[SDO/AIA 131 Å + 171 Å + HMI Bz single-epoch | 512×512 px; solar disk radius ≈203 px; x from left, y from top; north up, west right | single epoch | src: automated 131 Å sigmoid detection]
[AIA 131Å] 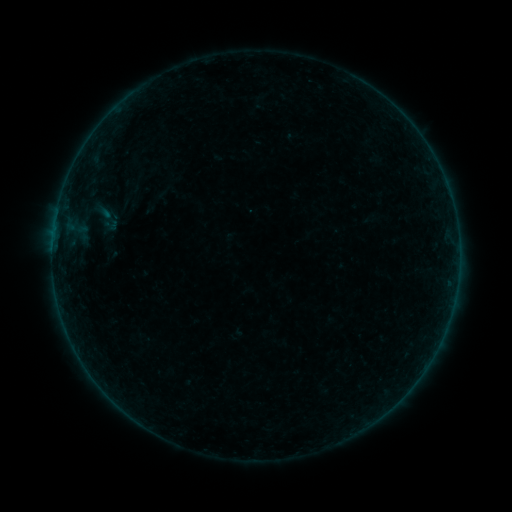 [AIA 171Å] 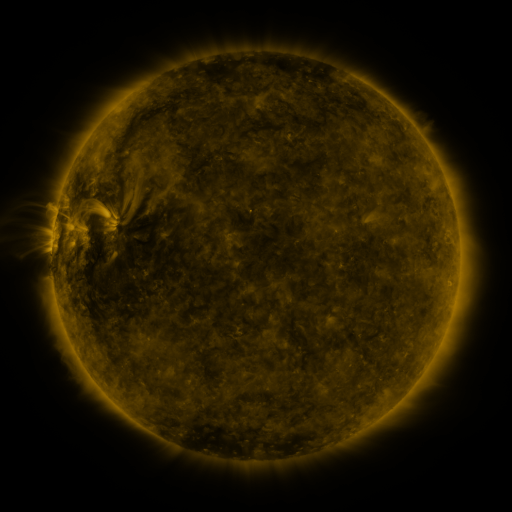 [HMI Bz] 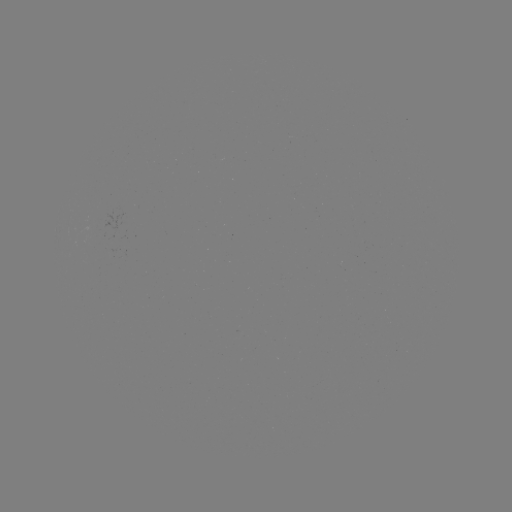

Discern sigmoid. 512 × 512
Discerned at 107,218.